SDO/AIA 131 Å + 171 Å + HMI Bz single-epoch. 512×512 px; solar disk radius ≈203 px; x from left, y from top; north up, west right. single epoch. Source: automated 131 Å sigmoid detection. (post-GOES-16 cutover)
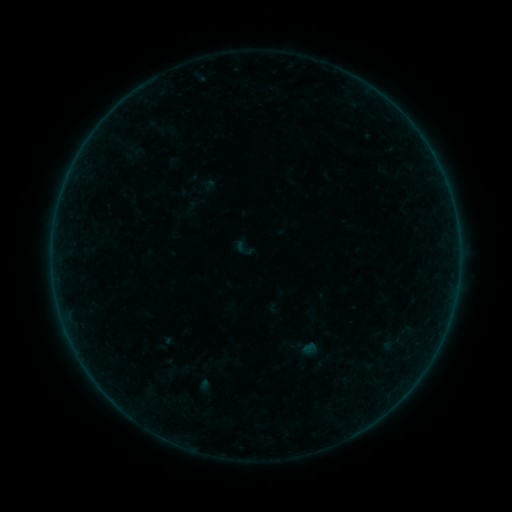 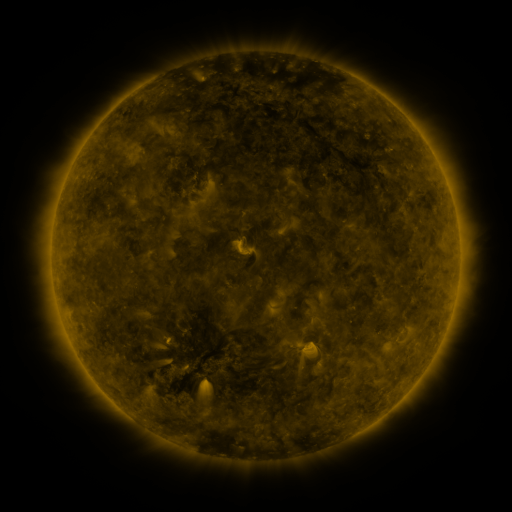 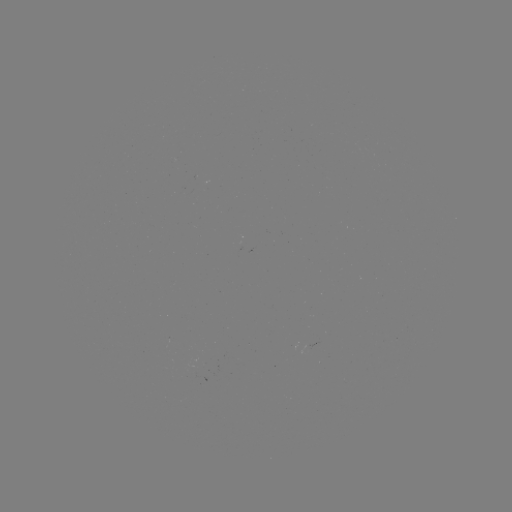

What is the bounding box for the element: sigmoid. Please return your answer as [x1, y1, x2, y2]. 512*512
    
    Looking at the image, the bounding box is [383, 333, 403, 352].